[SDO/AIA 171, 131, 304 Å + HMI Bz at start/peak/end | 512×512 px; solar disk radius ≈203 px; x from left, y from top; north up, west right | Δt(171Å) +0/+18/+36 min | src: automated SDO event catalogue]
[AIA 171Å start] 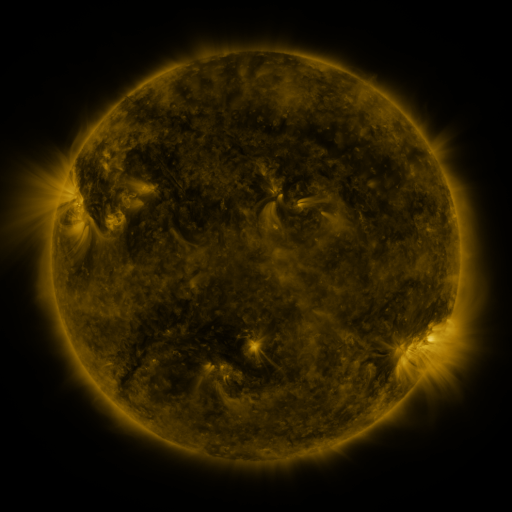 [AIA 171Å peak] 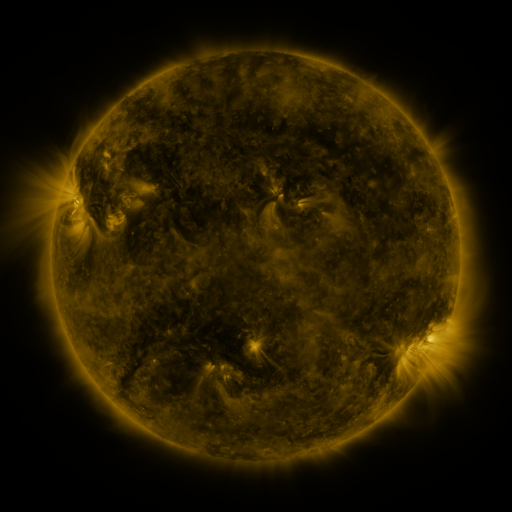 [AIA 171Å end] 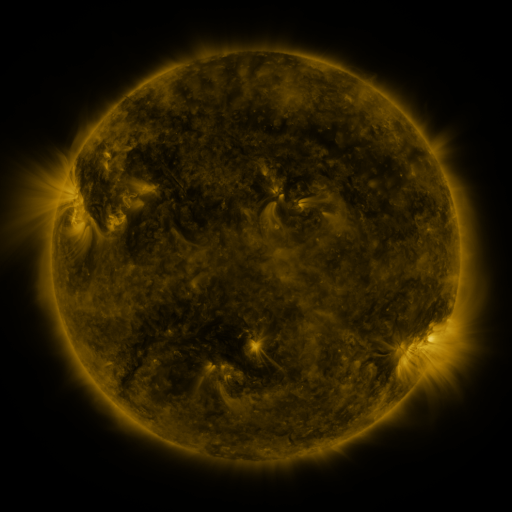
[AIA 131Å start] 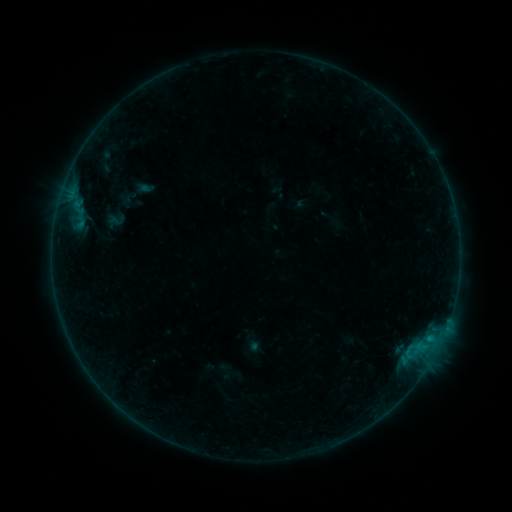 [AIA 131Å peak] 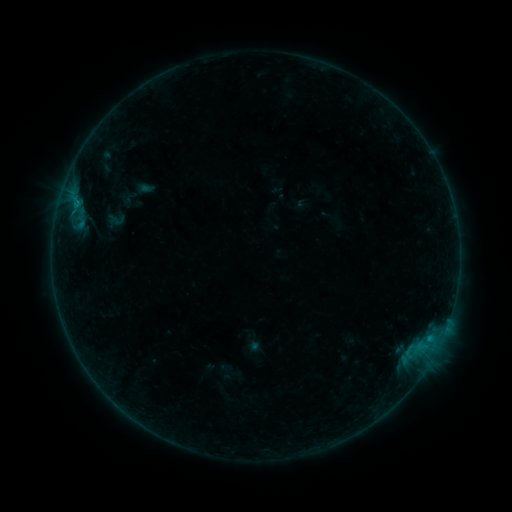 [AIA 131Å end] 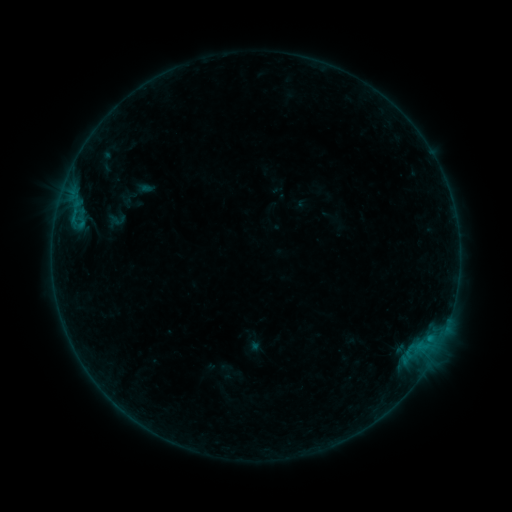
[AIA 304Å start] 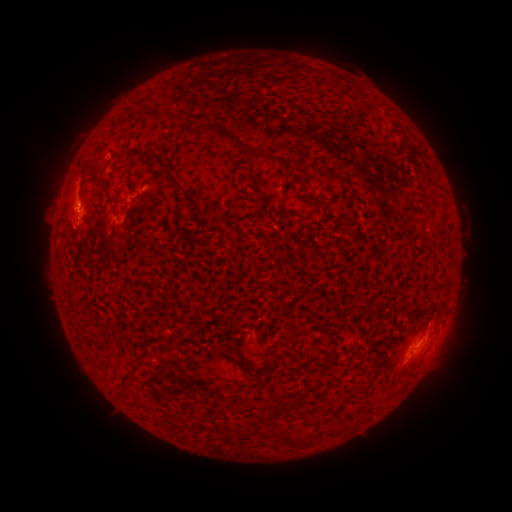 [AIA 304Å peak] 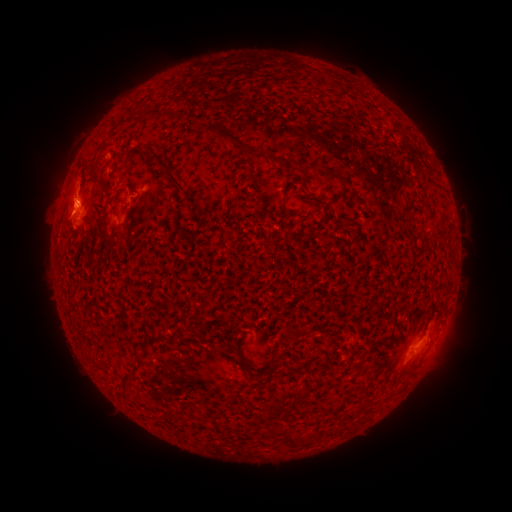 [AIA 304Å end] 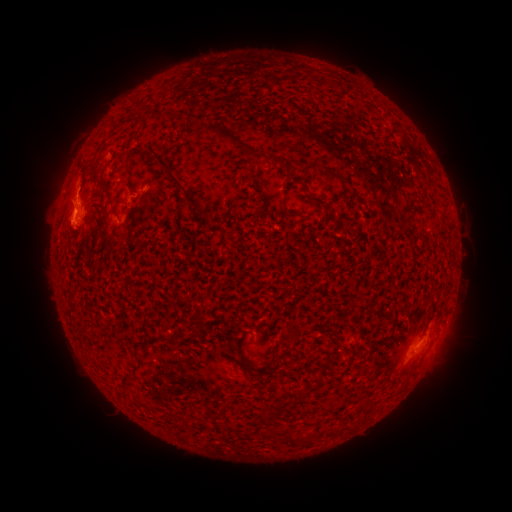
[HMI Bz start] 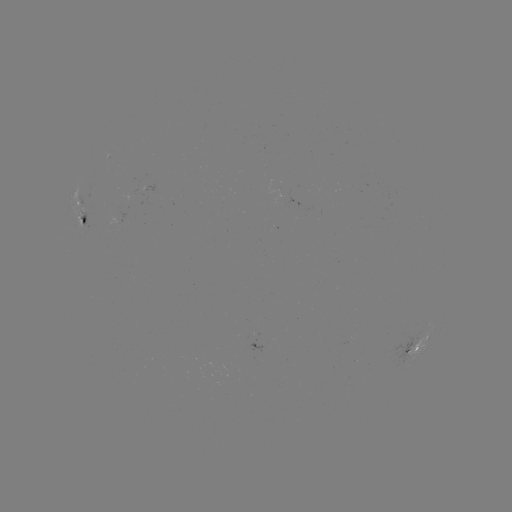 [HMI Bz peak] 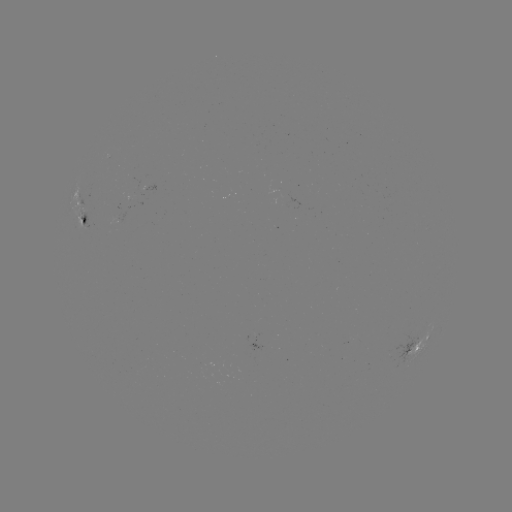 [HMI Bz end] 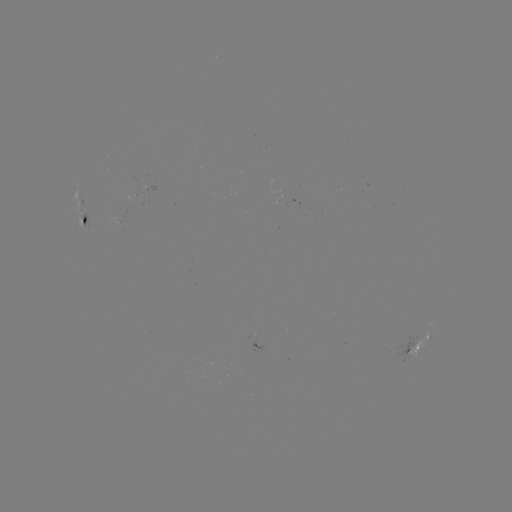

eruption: [34, 156, 92, 241]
